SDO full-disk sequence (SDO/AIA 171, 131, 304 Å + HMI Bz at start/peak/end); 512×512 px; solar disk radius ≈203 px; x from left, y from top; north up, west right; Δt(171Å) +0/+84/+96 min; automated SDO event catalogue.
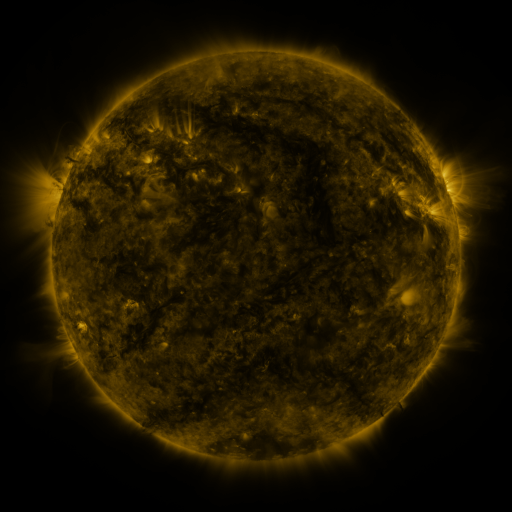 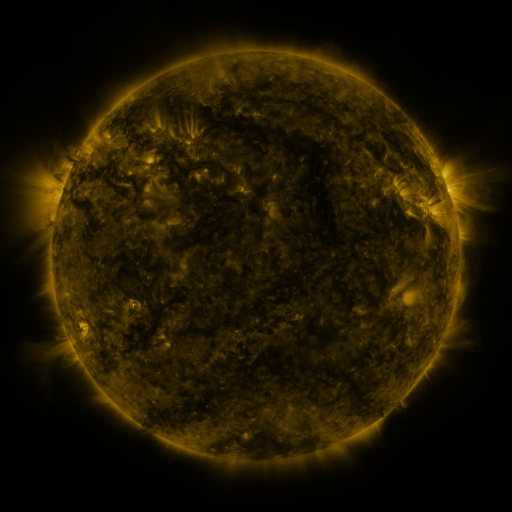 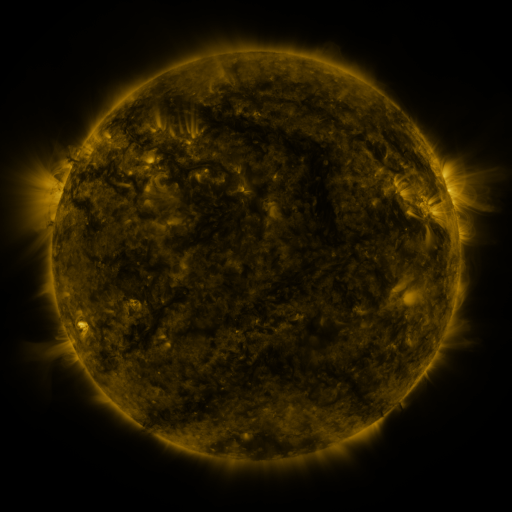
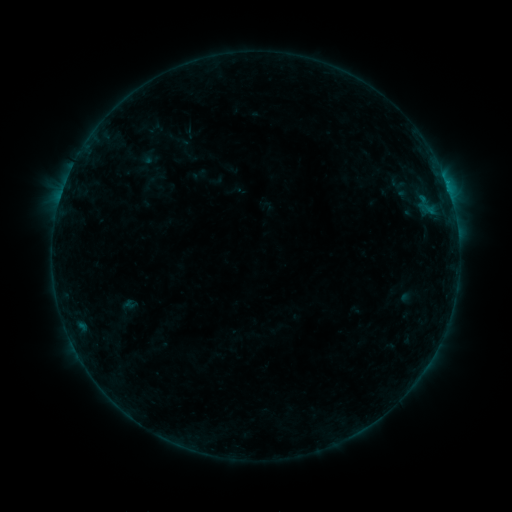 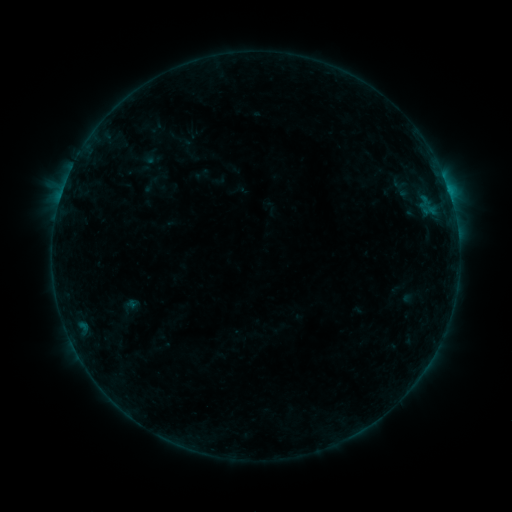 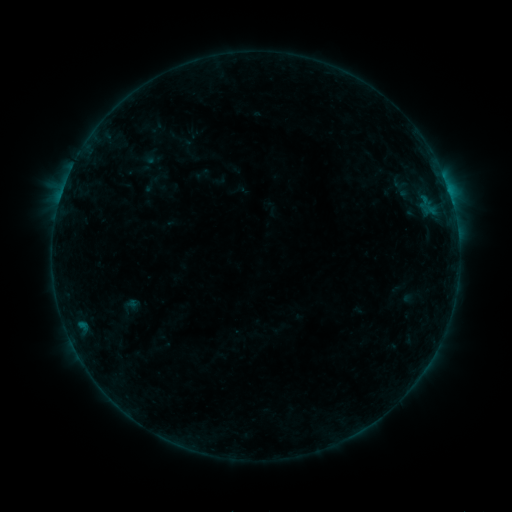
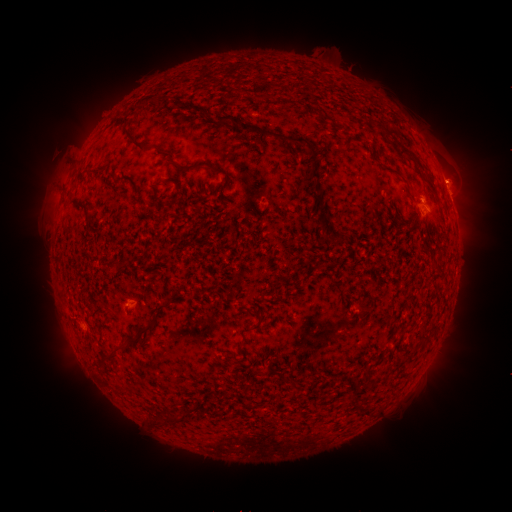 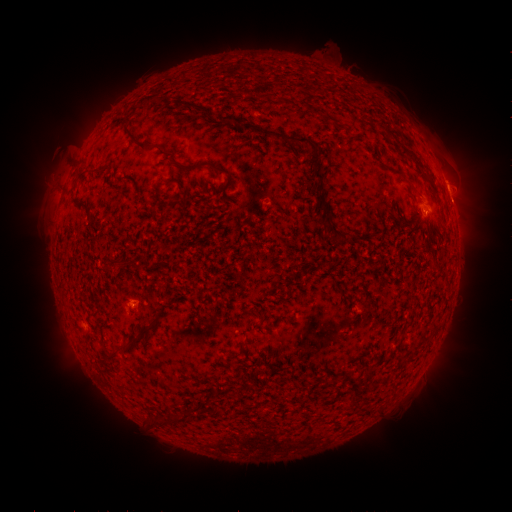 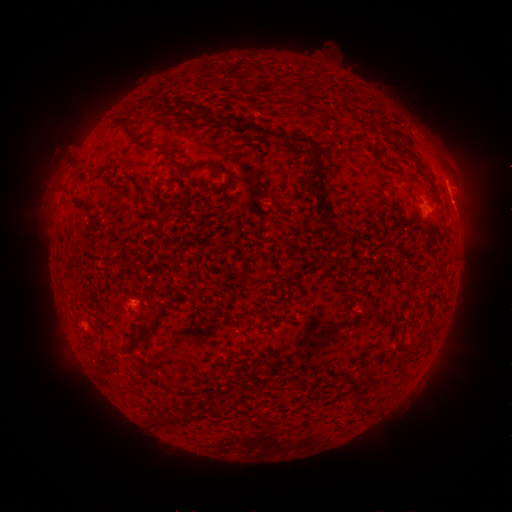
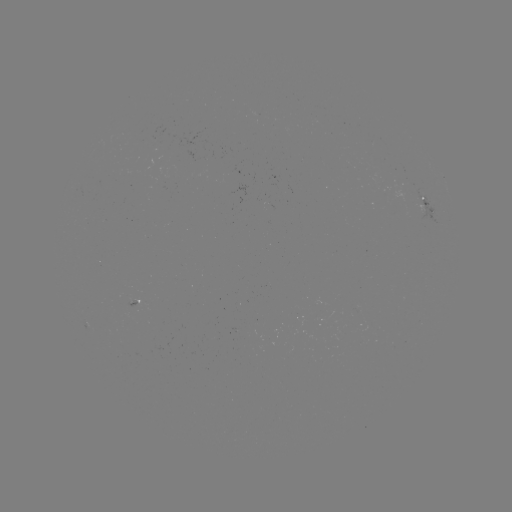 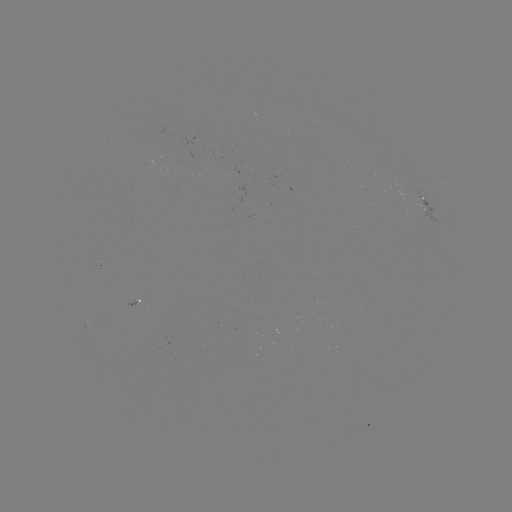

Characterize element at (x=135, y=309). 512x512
emerging-flux region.